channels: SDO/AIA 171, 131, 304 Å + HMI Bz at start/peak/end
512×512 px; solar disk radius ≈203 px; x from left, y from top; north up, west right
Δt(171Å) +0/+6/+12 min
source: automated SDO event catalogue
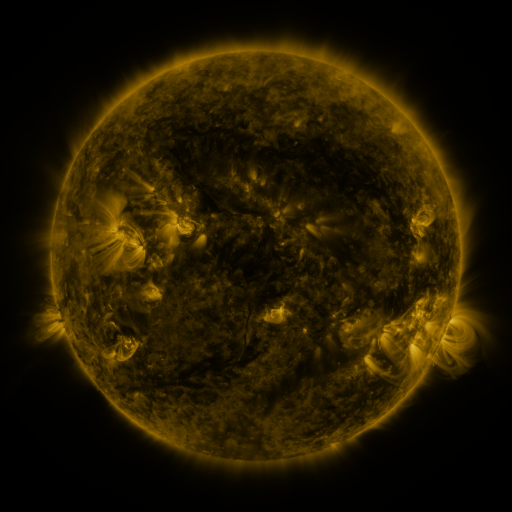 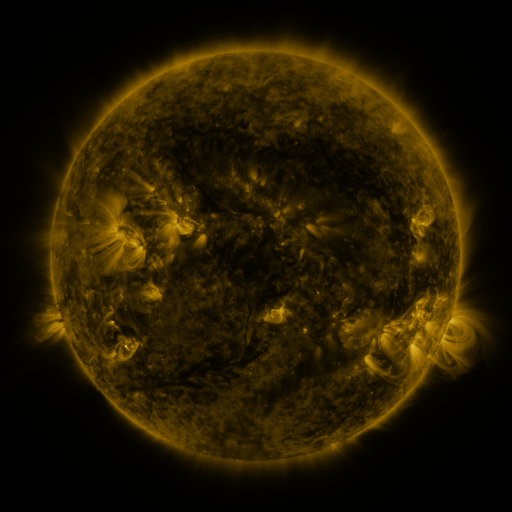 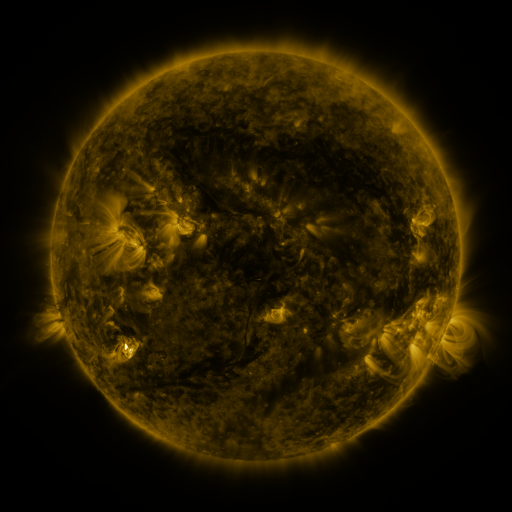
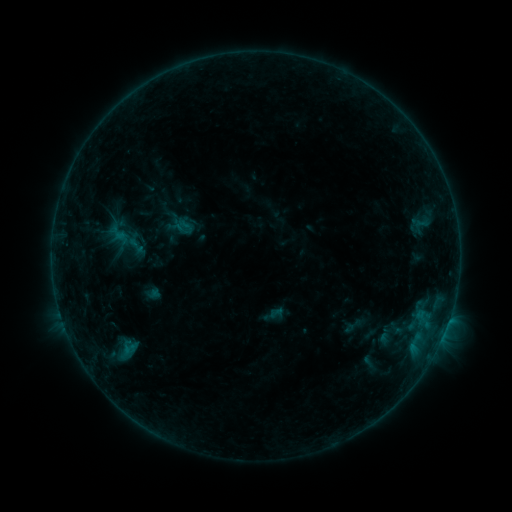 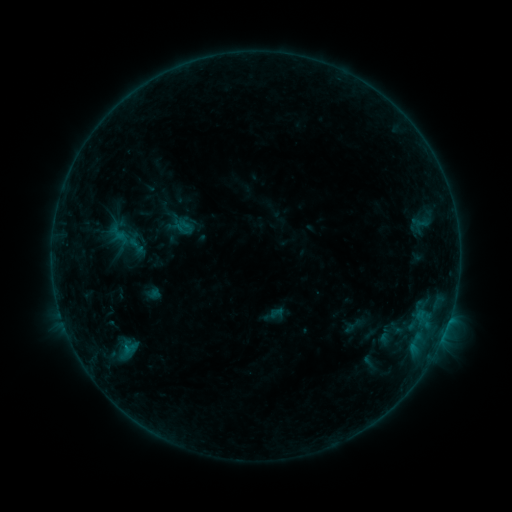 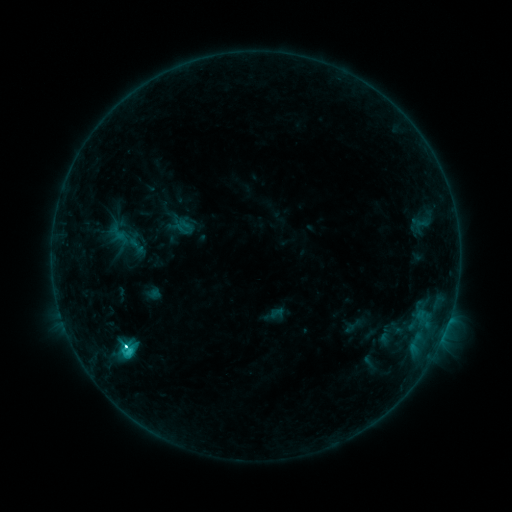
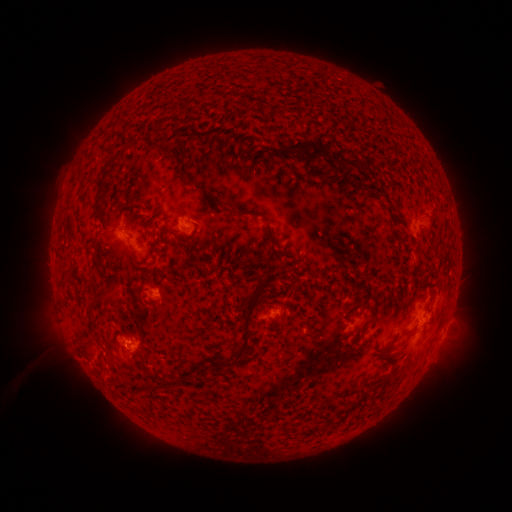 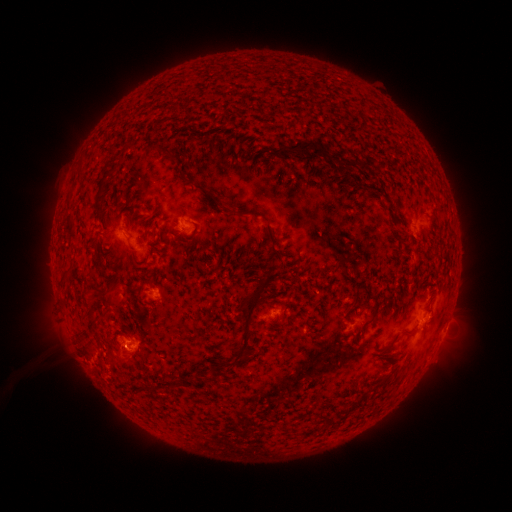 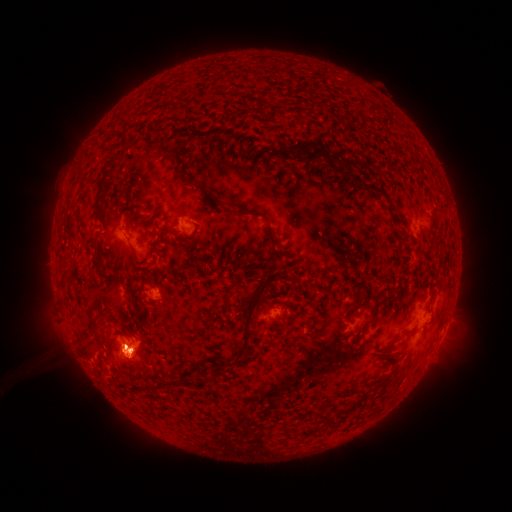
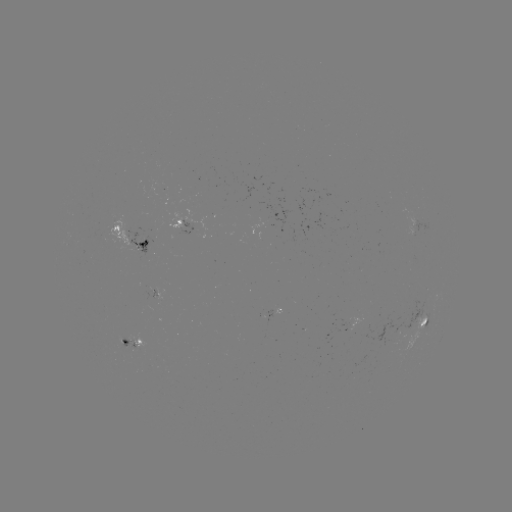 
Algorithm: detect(C3.2 flare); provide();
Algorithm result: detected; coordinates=128,345